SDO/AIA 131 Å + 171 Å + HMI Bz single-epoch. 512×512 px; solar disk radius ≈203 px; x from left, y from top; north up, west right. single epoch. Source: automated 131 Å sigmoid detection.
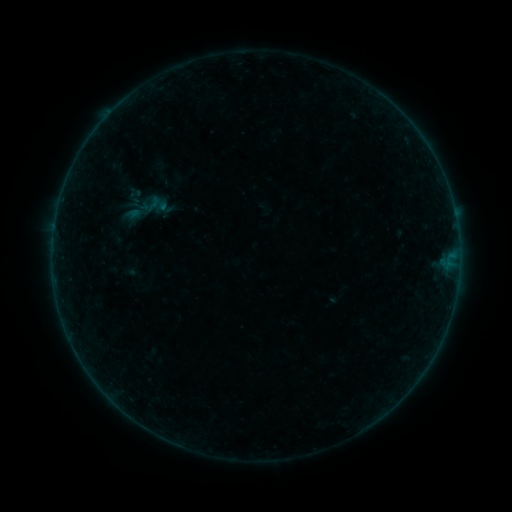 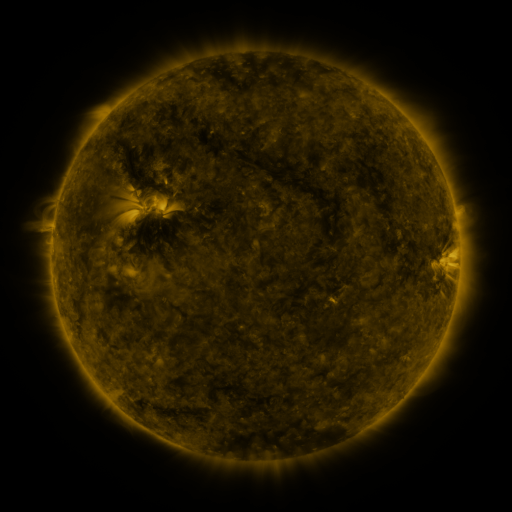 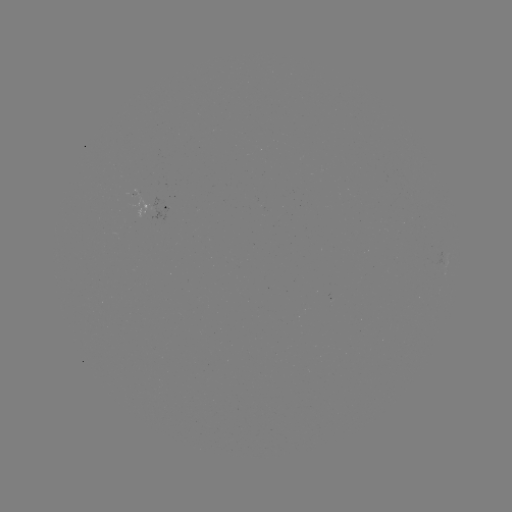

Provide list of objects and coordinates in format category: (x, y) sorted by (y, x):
sigmoid: (144, 209)
